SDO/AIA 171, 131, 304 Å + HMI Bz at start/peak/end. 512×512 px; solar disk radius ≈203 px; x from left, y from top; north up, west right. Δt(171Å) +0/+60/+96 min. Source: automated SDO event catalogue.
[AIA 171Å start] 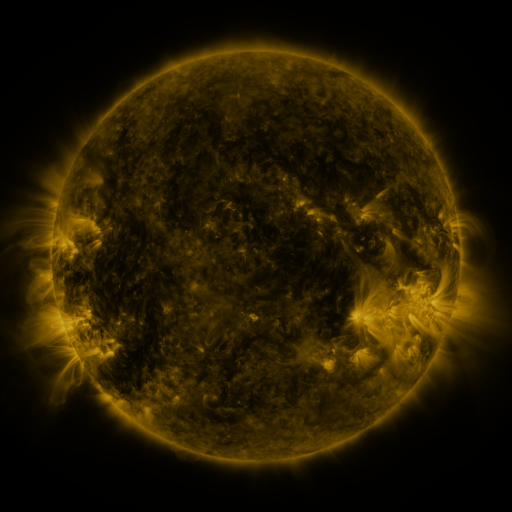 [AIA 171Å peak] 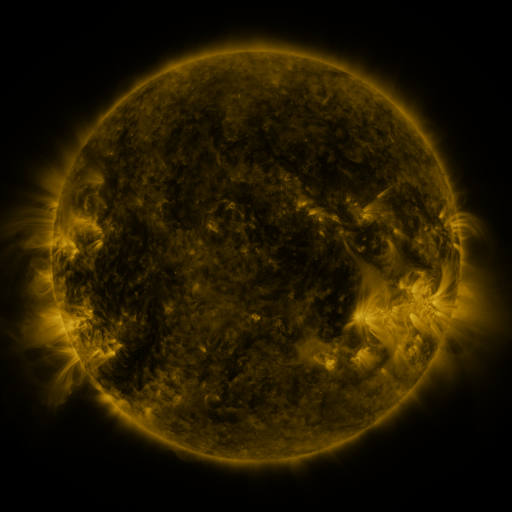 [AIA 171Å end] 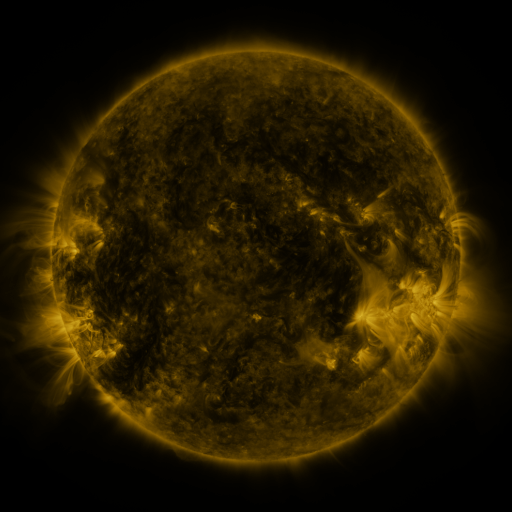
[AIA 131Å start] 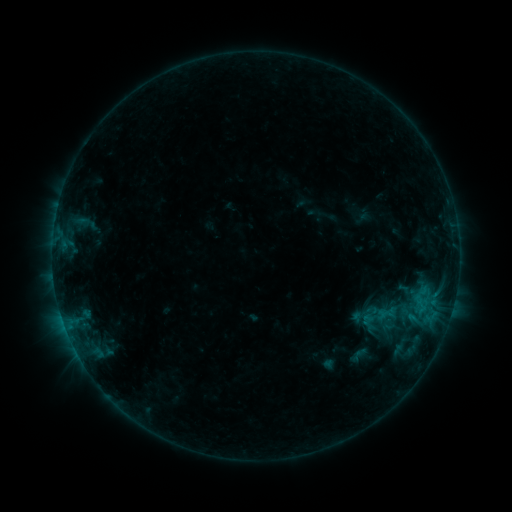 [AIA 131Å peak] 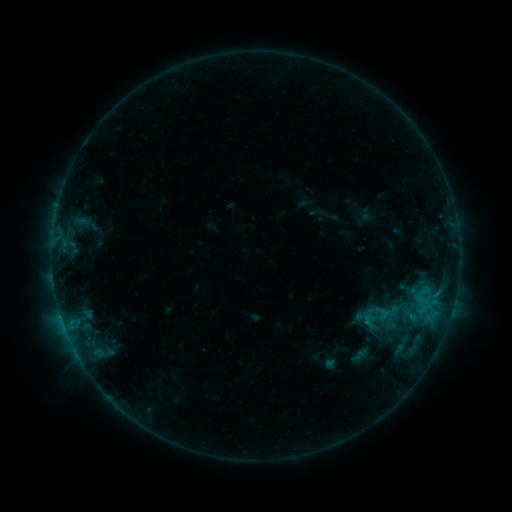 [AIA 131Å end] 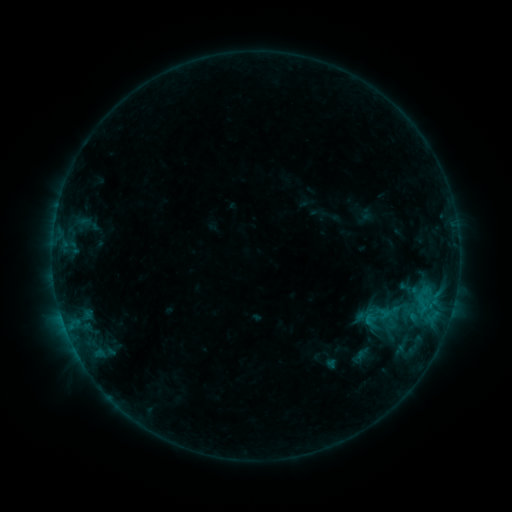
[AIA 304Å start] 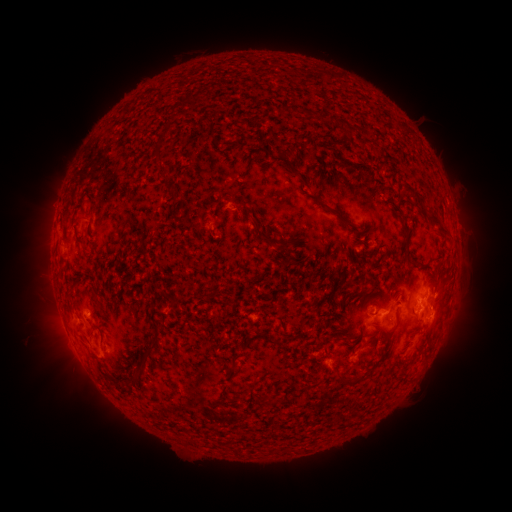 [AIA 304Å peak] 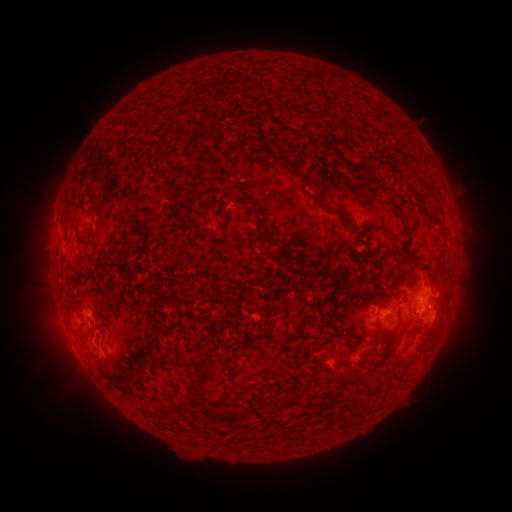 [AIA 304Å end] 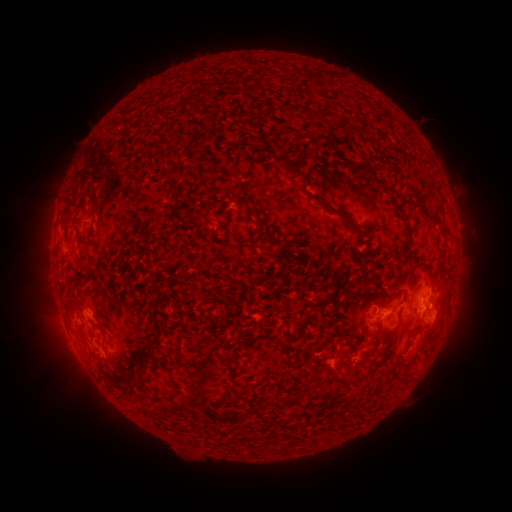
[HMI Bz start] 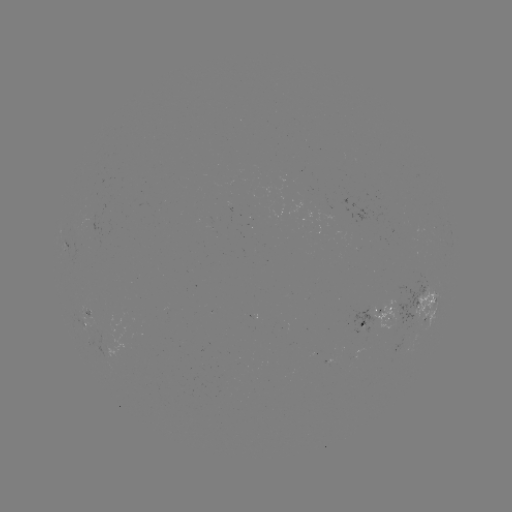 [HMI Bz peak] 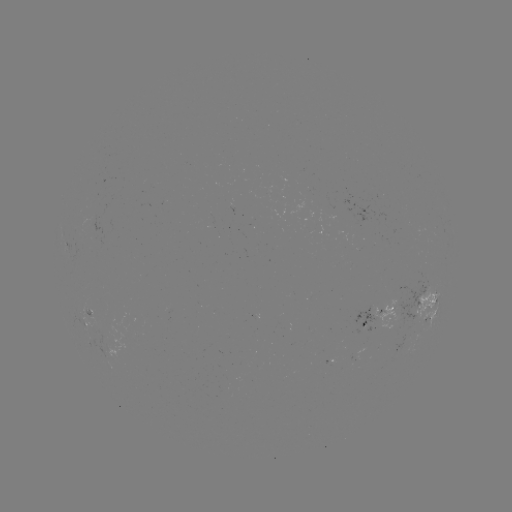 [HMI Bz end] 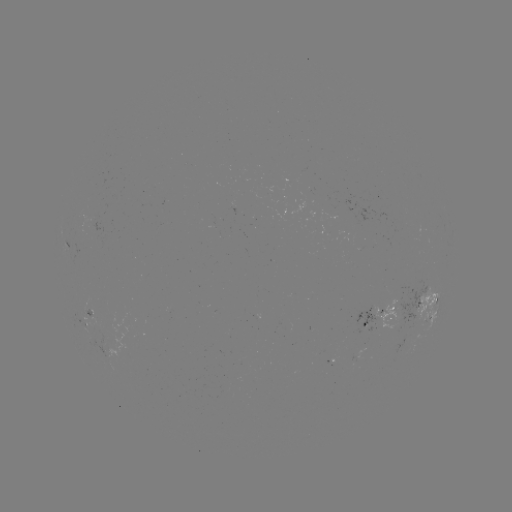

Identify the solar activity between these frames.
emerging-flux region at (267, 190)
